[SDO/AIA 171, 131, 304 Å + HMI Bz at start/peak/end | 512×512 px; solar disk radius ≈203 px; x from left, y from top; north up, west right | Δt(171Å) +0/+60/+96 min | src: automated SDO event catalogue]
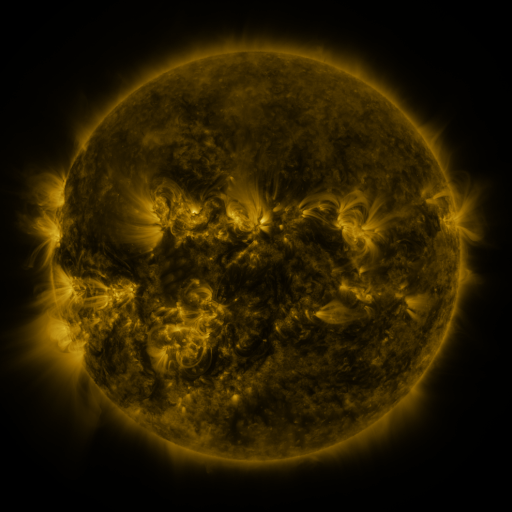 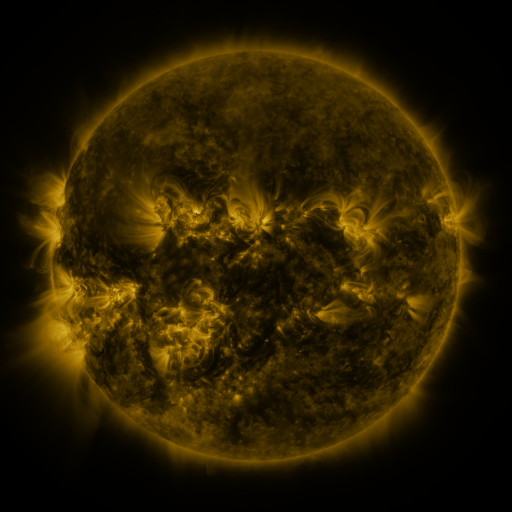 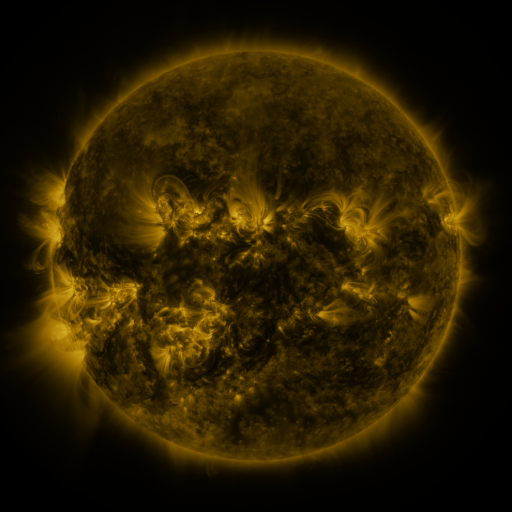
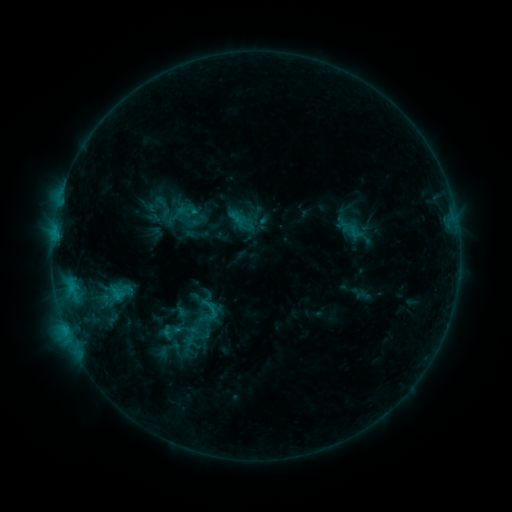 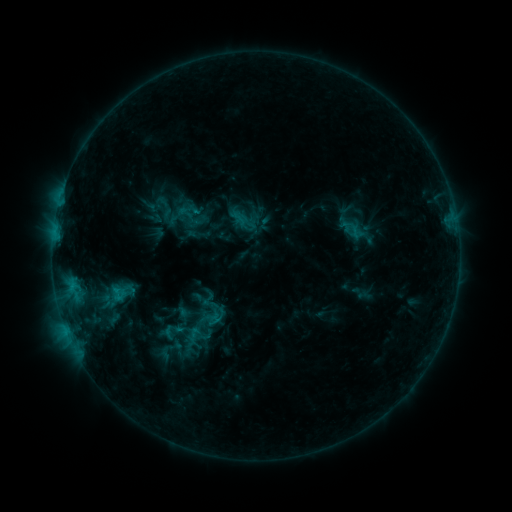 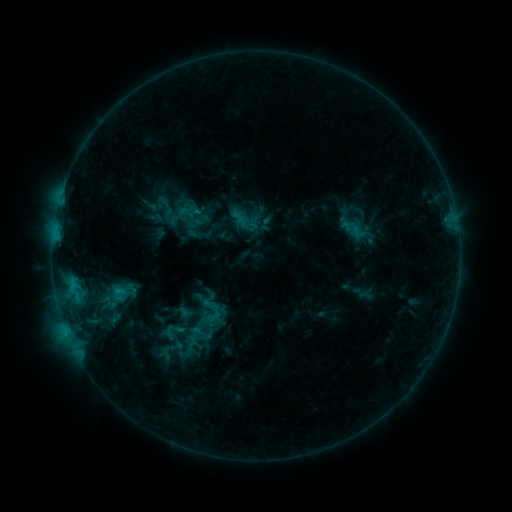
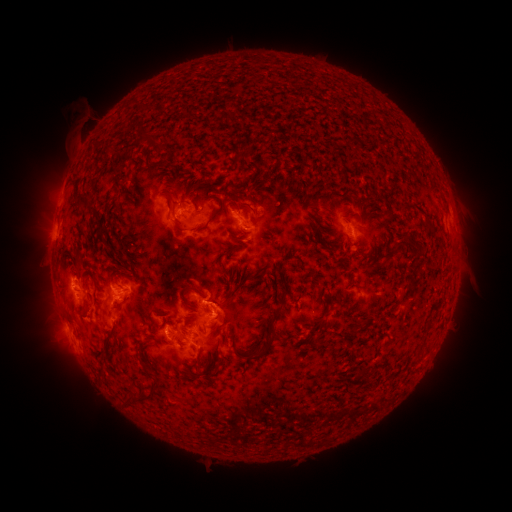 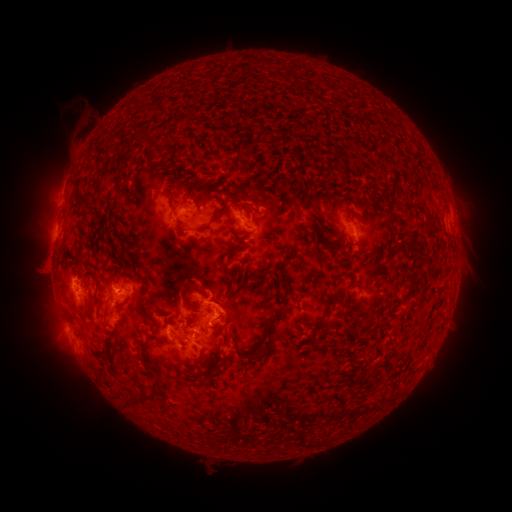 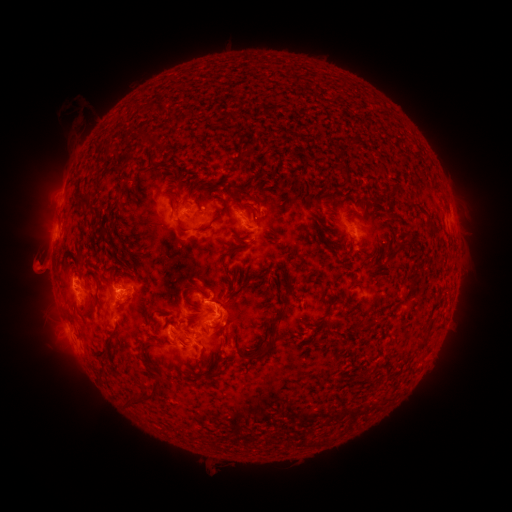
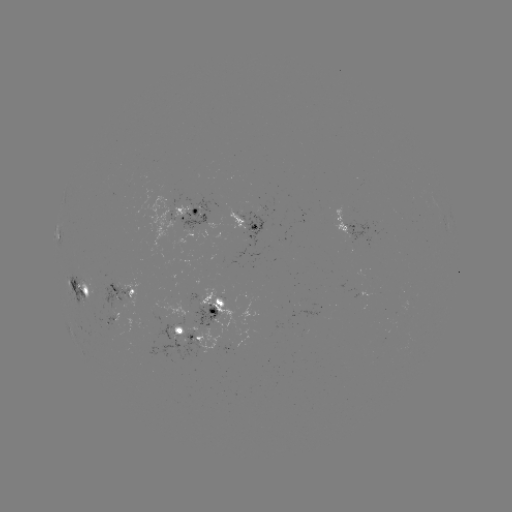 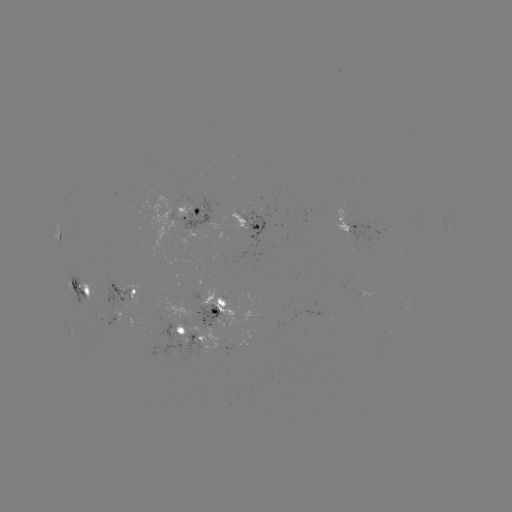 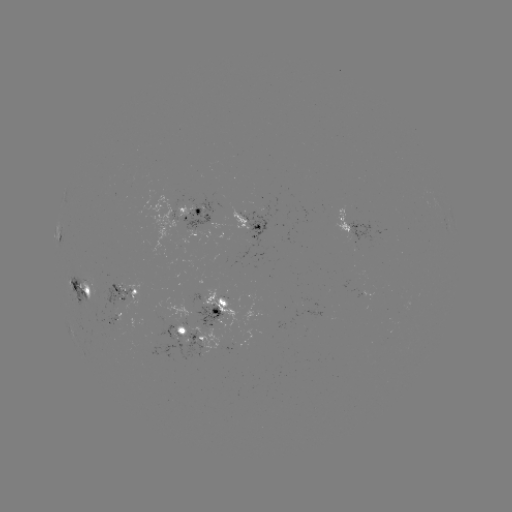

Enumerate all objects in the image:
emerging-flux region: (162, 337)
